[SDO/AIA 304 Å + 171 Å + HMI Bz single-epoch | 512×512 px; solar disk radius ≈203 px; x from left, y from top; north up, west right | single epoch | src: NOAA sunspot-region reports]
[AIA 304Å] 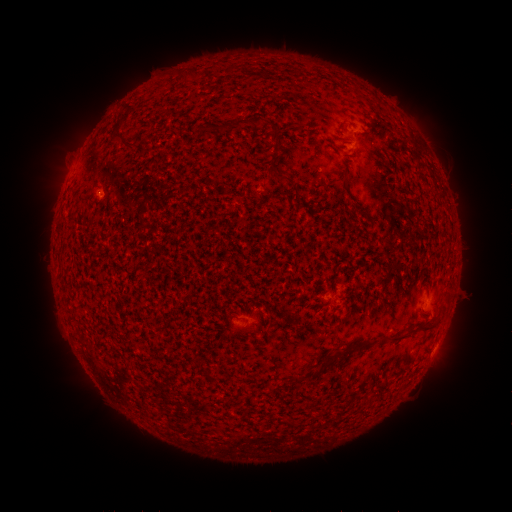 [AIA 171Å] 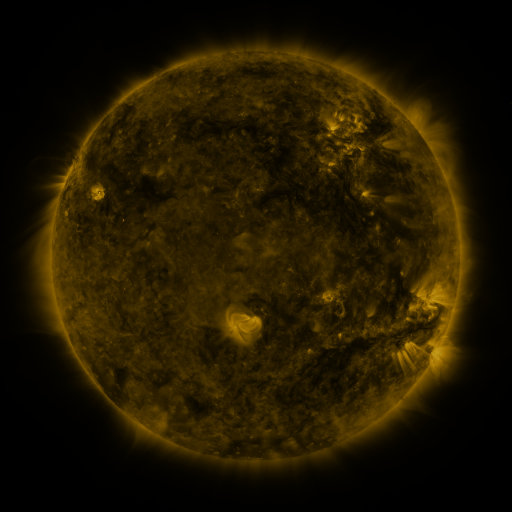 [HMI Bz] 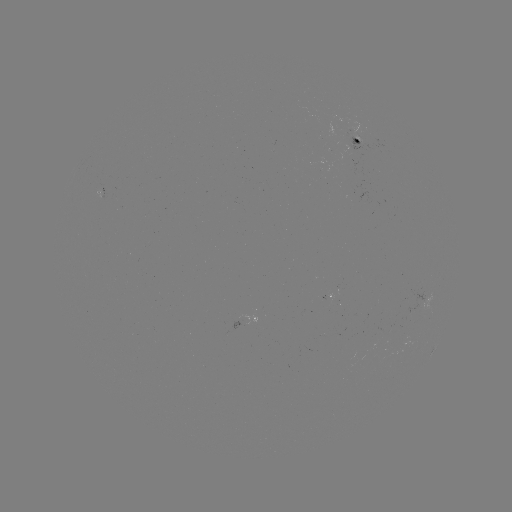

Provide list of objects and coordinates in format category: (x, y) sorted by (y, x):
spotted active region: (356, 135)
spotted active region: (419, 301)
spotted active region: (249, 322)
spotted active region: (433, 353)
